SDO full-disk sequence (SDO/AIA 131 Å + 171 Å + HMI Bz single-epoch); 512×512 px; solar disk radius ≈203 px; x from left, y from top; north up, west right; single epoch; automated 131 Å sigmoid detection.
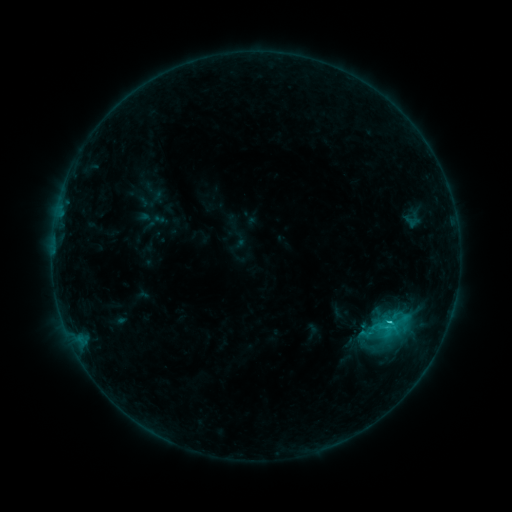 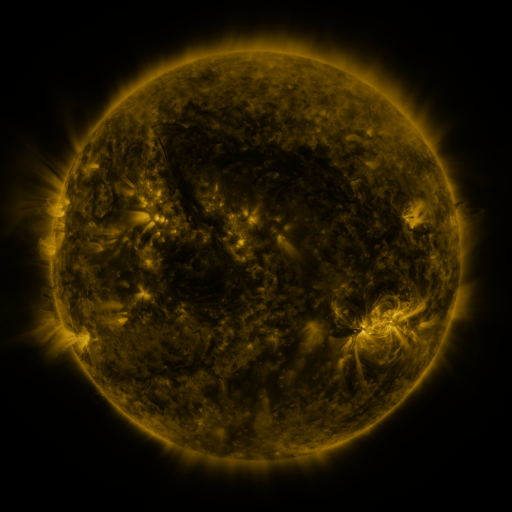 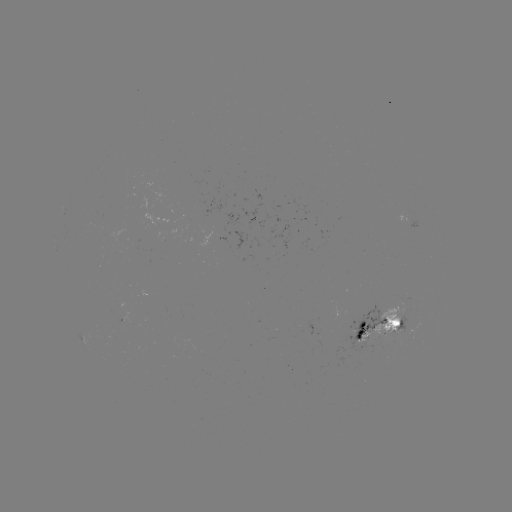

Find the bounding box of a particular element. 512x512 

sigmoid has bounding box [400, 212, 423, 229].